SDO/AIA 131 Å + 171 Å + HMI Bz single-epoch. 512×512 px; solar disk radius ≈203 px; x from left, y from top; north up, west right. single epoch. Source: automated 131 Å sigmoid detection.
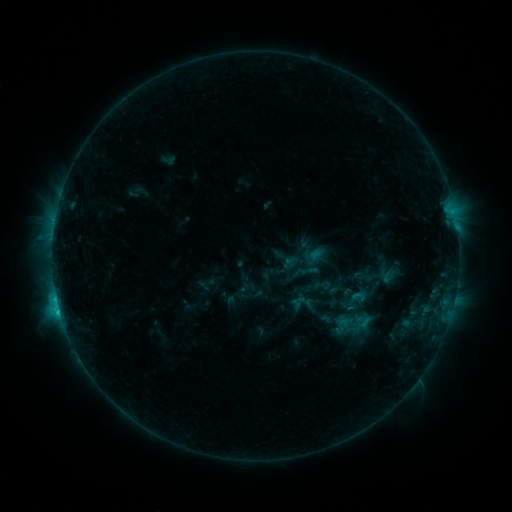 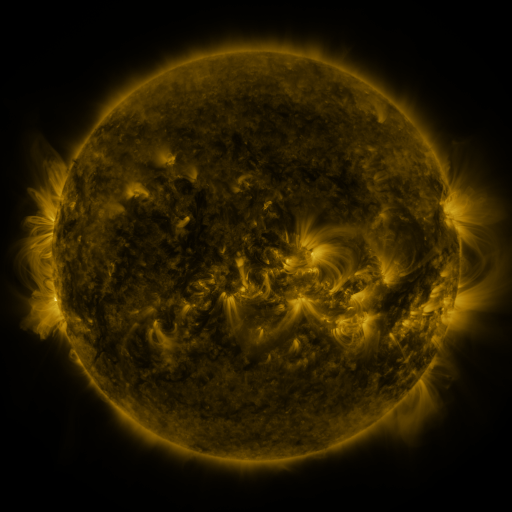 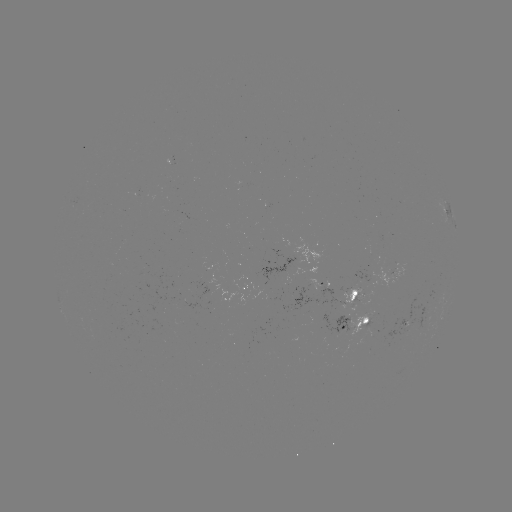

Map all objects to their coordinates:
sigmoid: (349, 288, 368, 309)
sigmoid: (339, 312, 363, 338)
